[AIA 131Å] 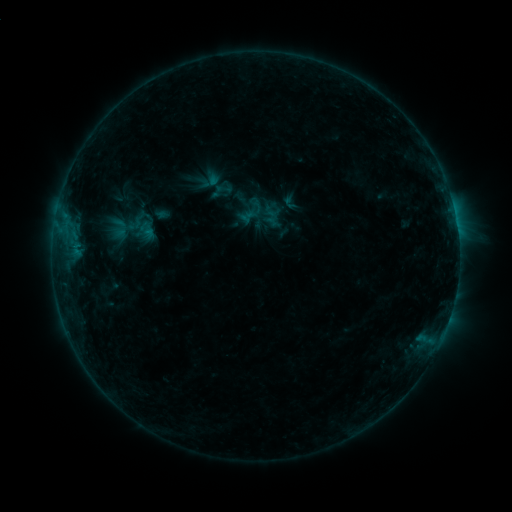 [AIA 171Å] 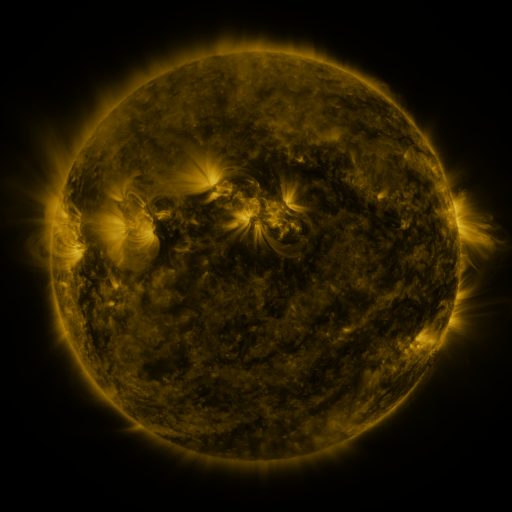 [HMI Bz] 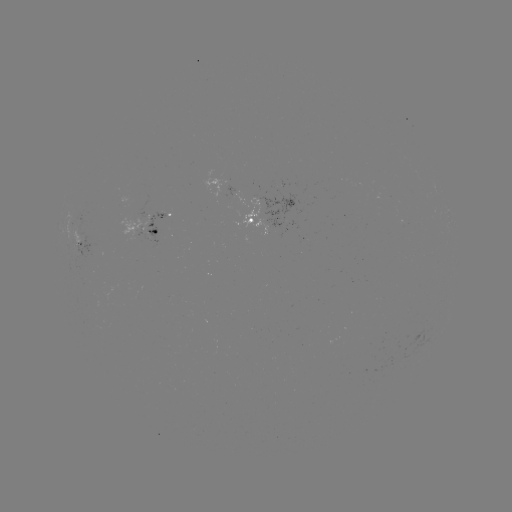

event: sigmoid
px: (251, 211)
